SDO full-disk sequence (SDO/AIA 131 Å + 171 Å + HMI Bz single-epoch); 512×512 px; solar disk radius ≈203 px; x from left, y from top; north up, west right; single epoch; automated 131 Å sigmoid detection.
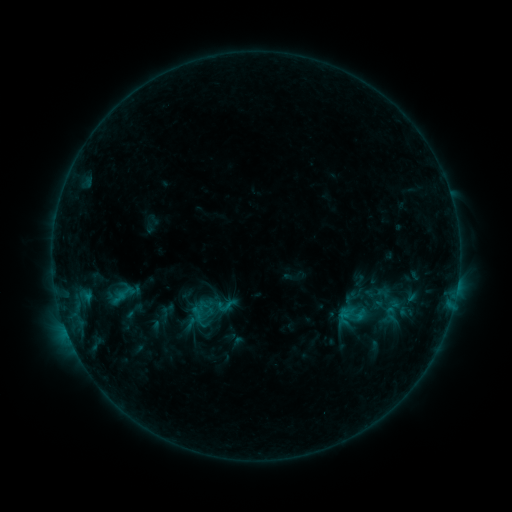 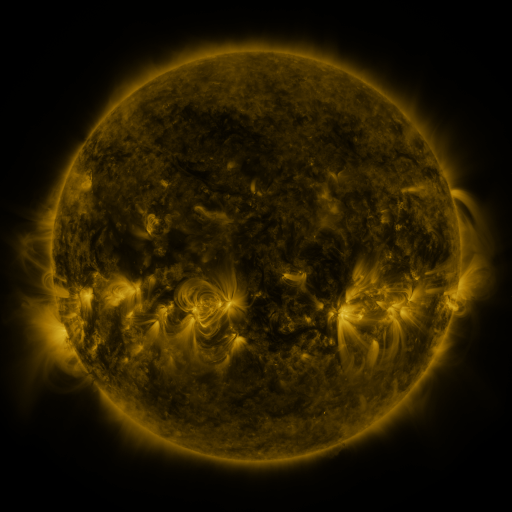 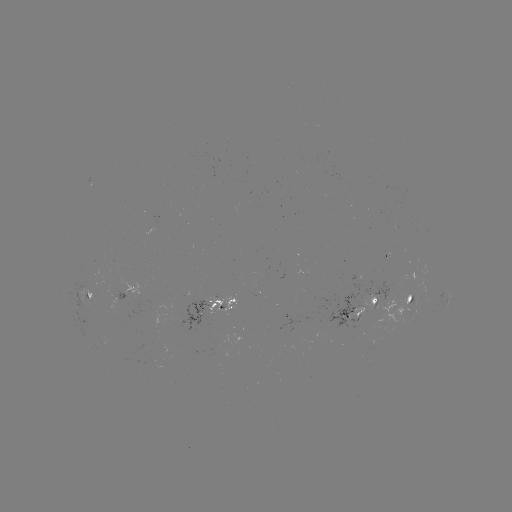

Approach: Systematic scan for sigmoid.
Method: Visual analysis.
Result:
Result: sigmoid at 225,305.